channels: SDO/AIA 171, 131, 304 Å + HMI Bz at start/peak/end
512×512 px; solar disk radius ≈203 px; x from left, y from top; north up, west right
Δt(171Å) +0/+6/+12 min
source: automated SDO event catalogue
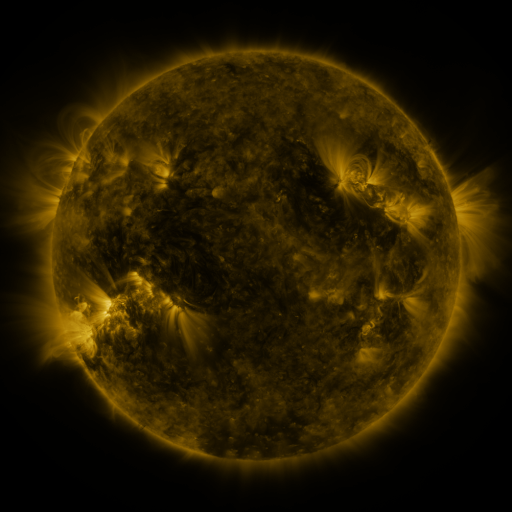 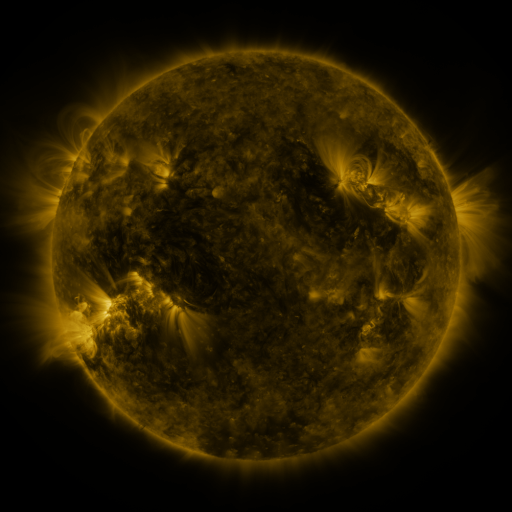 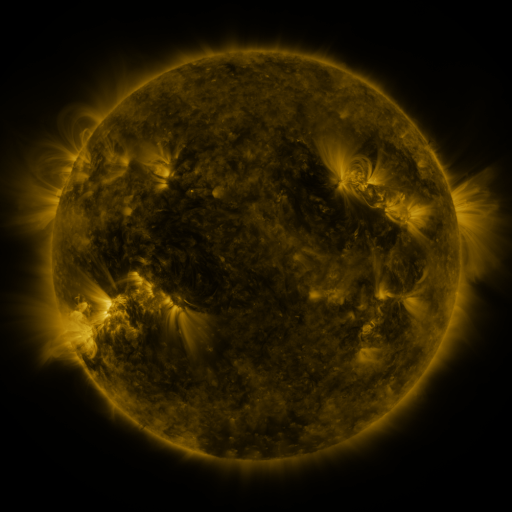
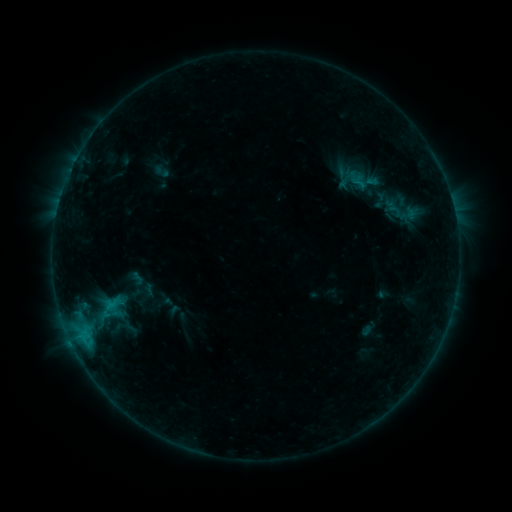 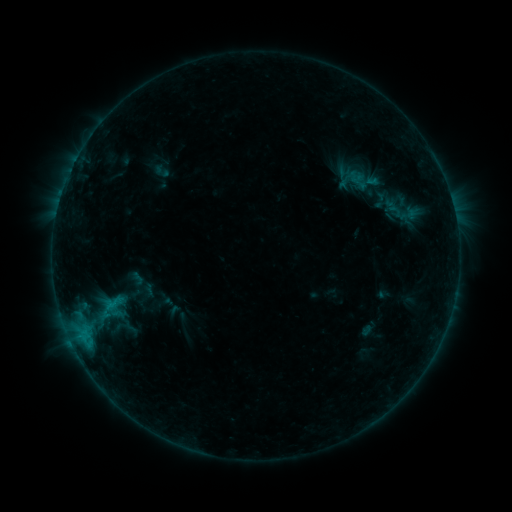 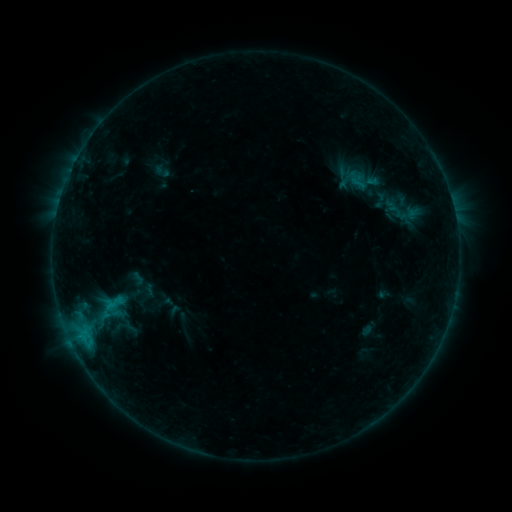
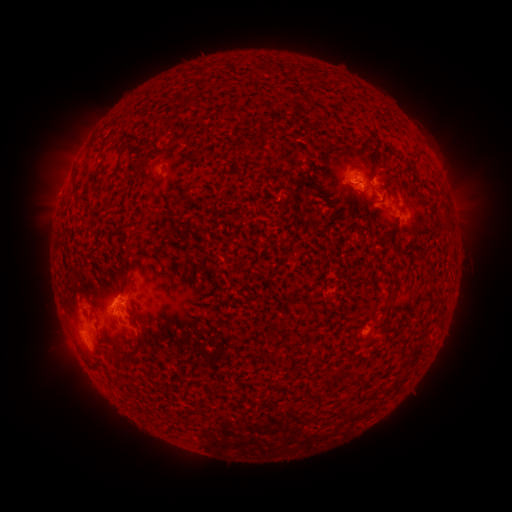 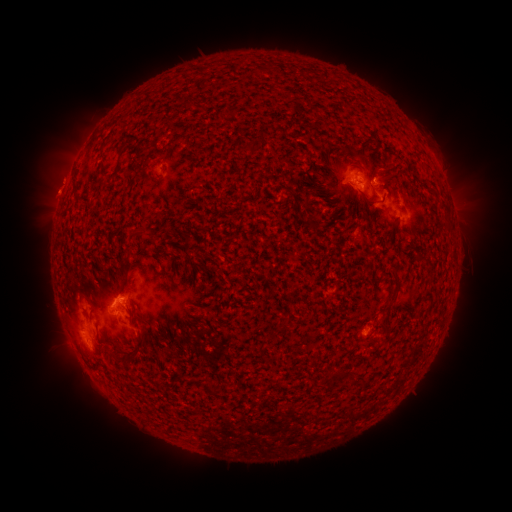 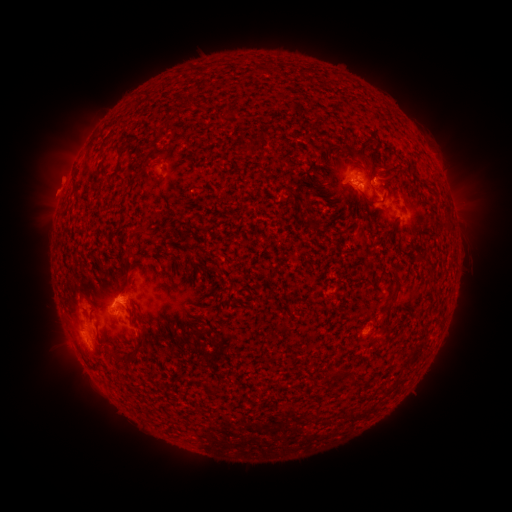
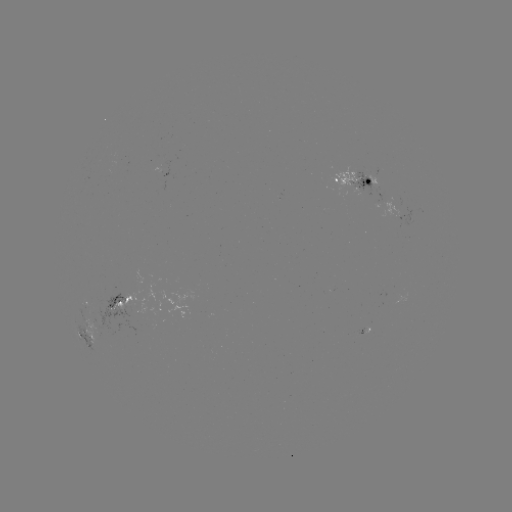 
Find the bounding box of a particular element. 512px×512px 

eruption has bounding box [25, 152, 78, 217].